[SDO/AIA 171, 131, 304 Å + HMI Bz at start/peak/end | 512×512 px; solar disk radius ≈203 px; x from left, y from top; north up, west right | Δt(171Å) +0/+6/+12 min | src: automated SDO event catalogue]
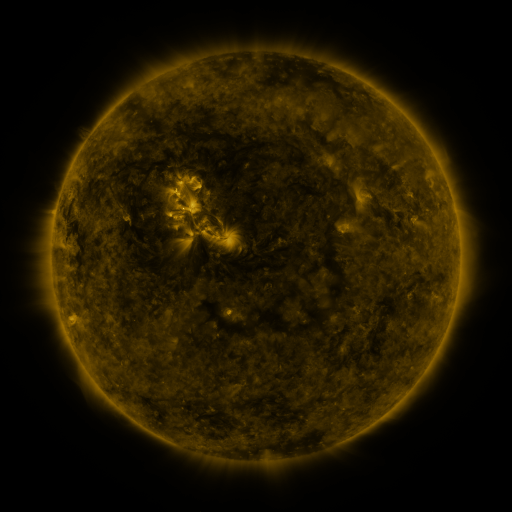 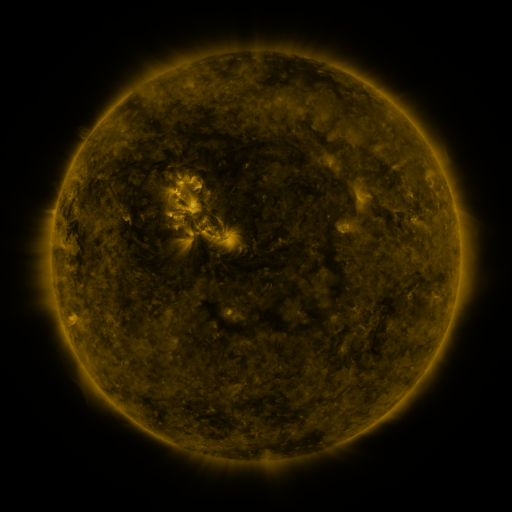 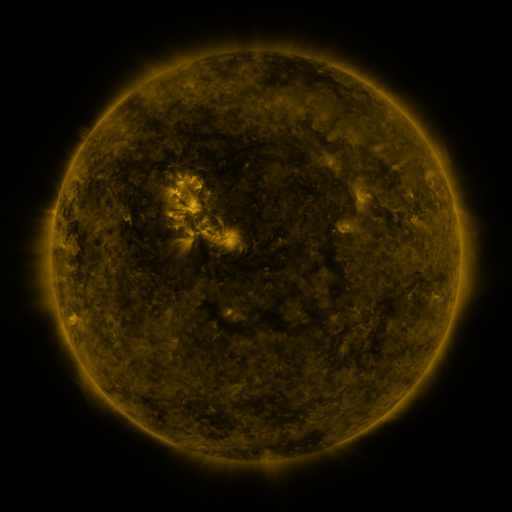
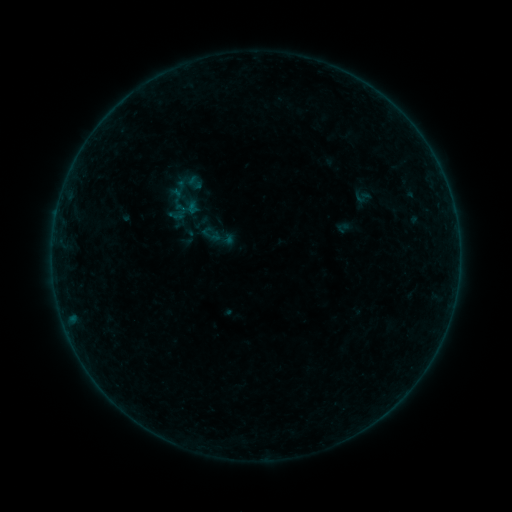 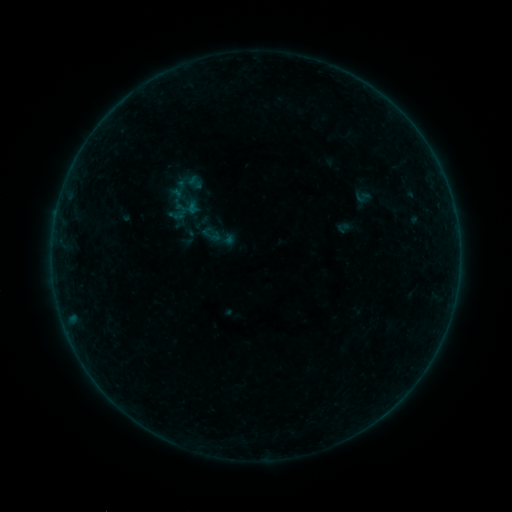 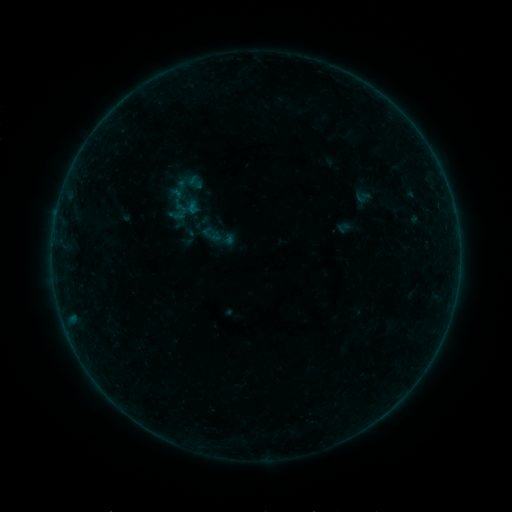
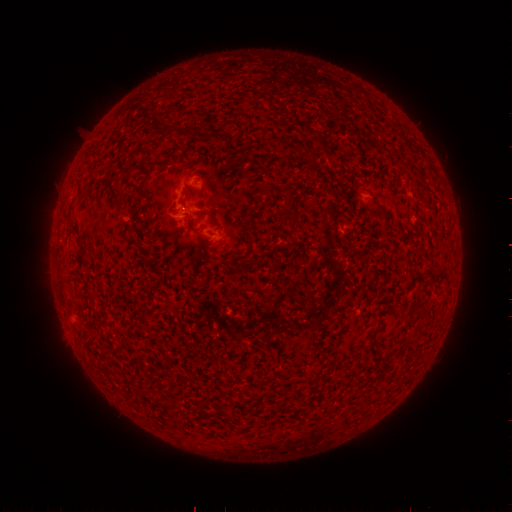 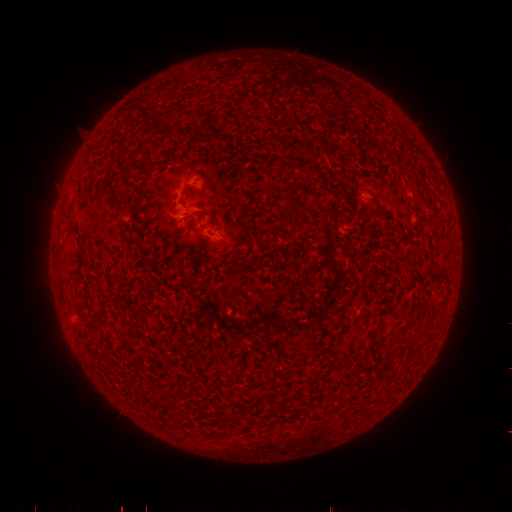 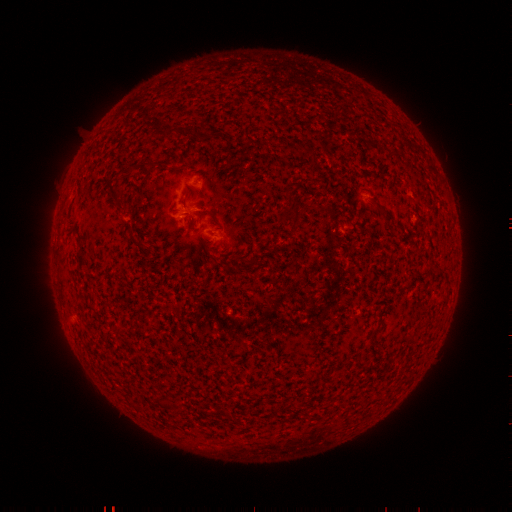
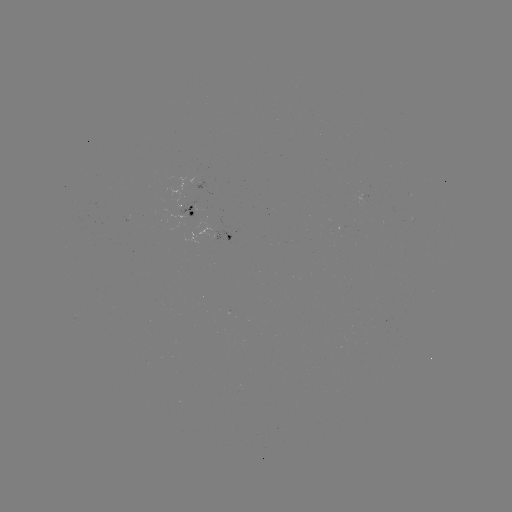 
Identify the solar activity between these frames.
no flare in any classed list; no EUV-trigger detection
